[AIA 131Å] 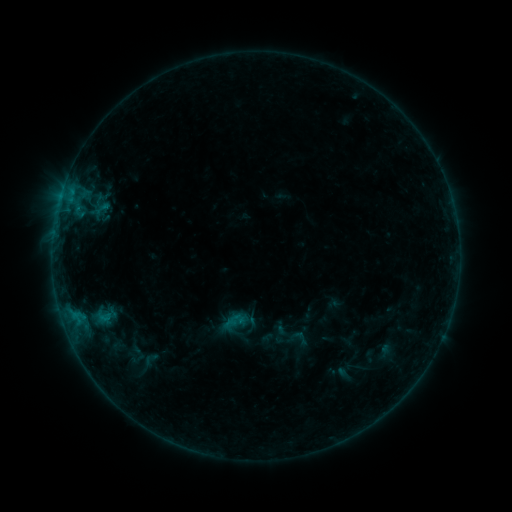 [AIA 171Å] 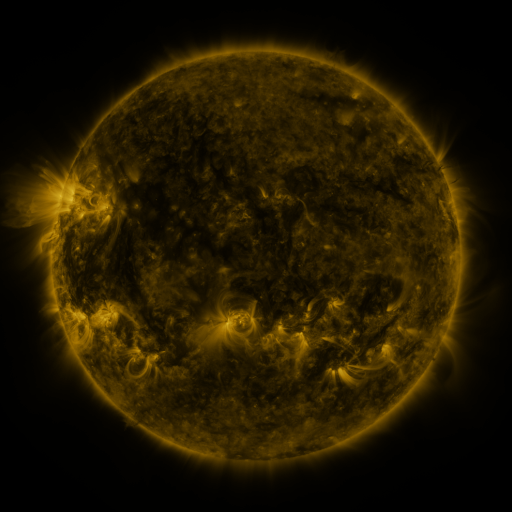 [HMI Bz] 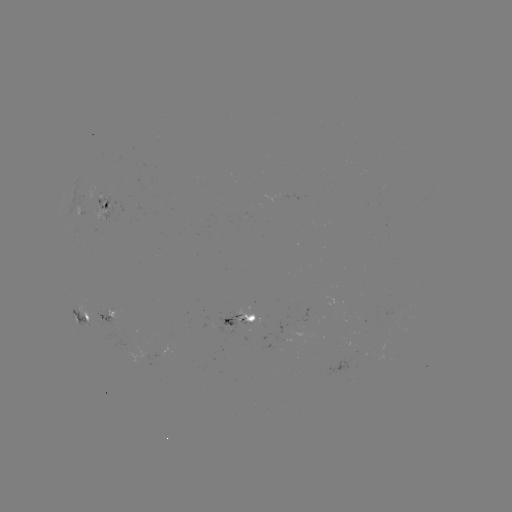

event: sigmoid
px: (300, 337)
